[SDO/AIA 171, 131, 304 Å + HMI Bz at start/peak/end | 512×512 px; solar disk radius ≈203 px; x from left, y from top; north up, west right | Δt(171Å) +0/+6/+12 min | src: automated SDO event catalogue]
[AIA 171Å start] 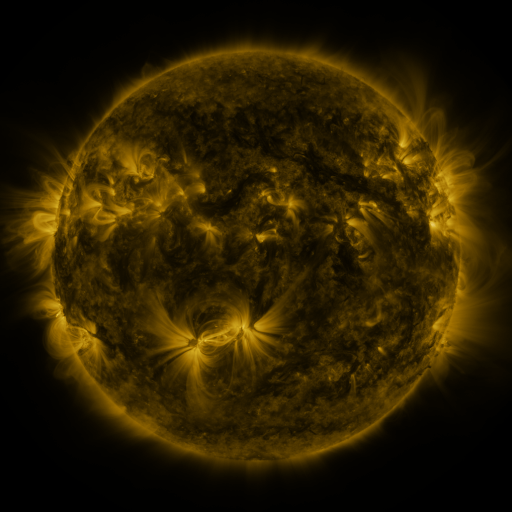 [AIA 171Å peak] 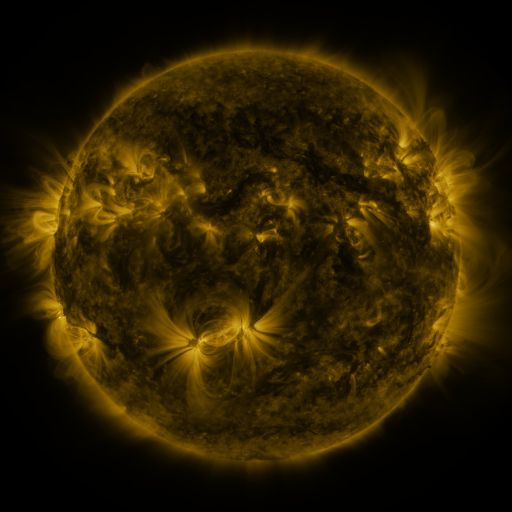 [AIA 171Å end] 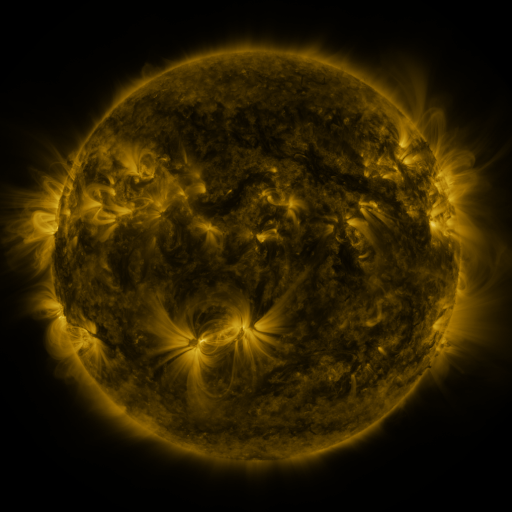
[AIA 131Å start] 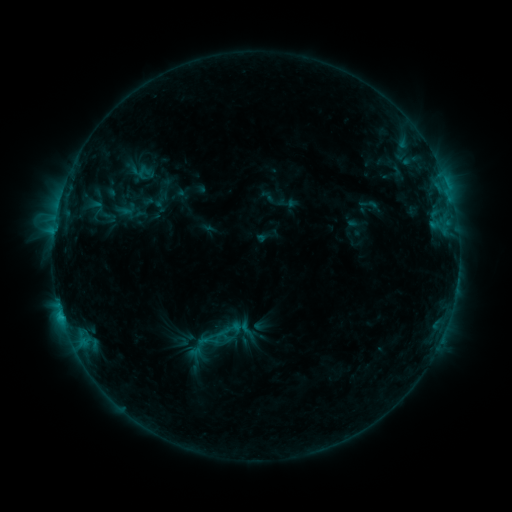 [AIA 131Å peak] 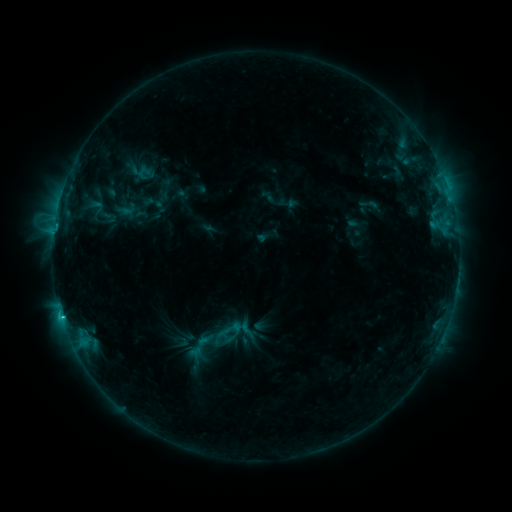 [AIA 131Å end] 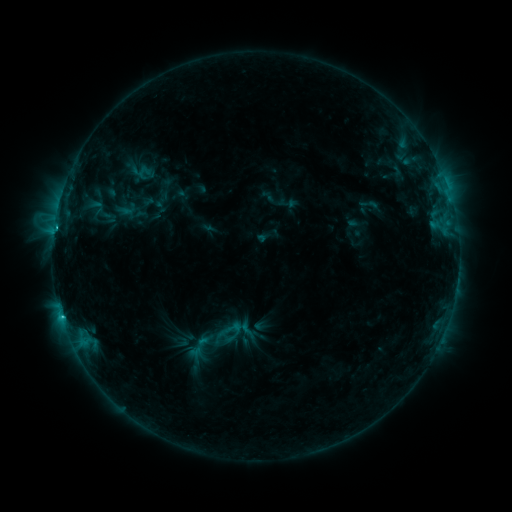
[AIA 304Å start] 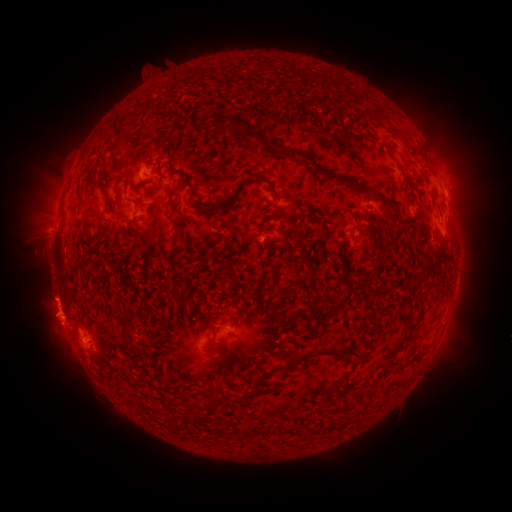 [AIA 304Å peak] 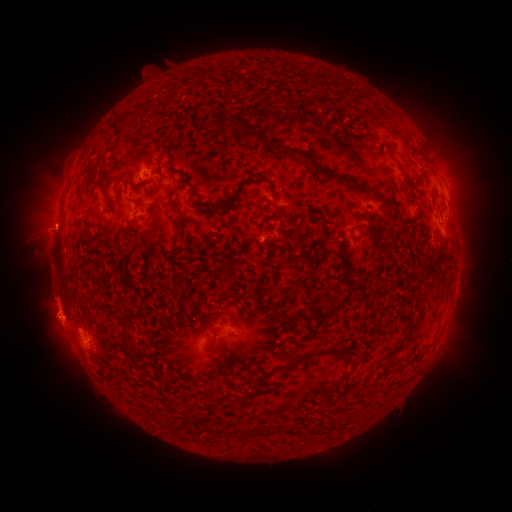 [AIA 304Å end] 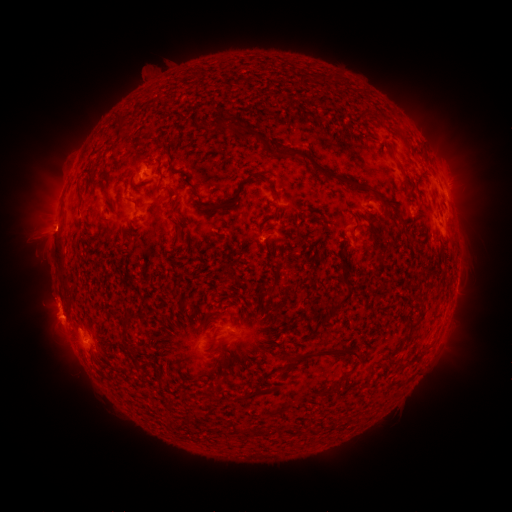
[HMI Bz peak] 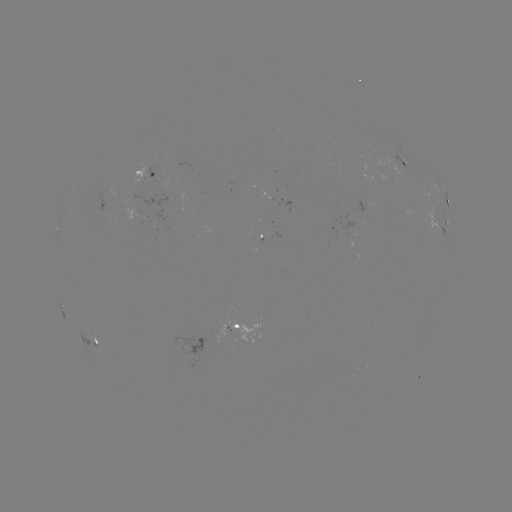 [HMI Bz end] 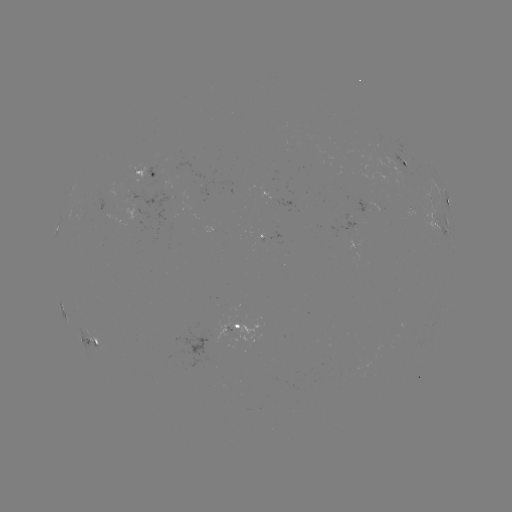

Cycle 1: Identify eruption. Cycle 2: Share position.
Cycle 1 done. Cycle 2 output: (50, 233).